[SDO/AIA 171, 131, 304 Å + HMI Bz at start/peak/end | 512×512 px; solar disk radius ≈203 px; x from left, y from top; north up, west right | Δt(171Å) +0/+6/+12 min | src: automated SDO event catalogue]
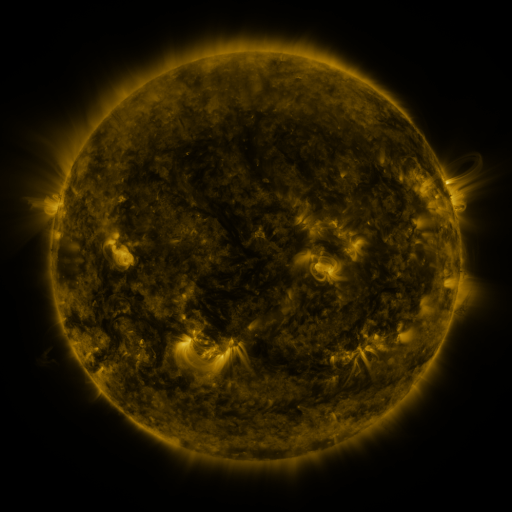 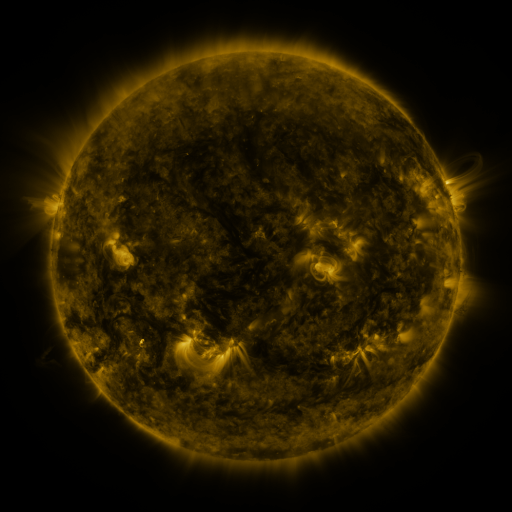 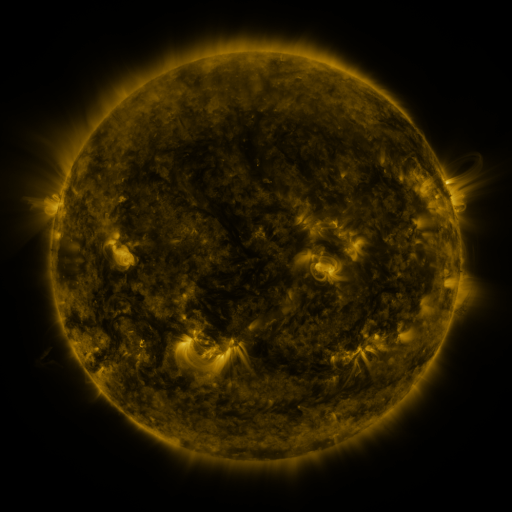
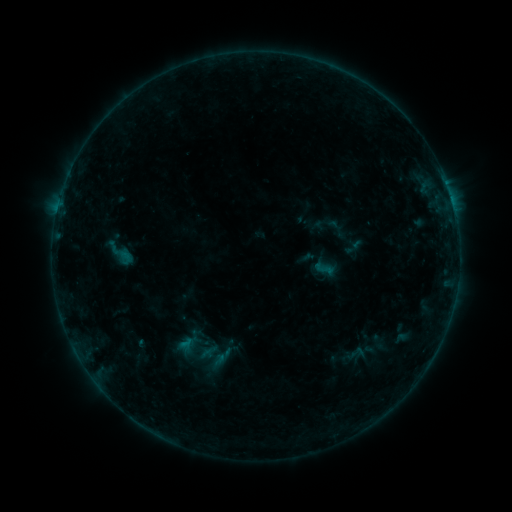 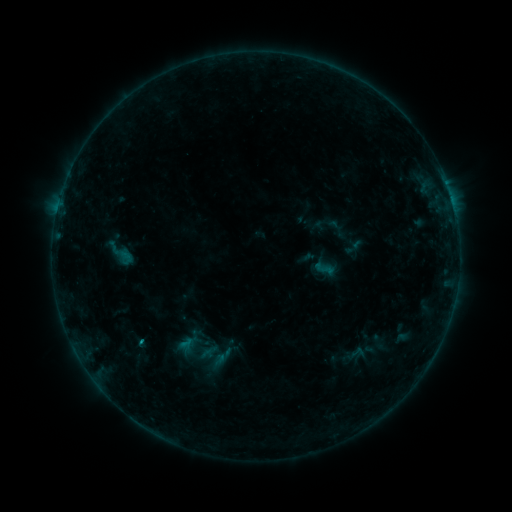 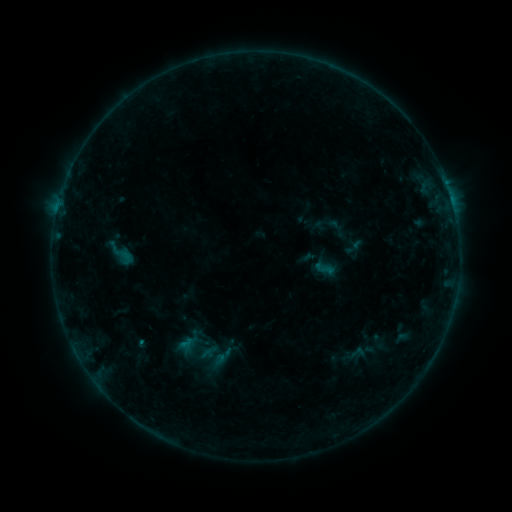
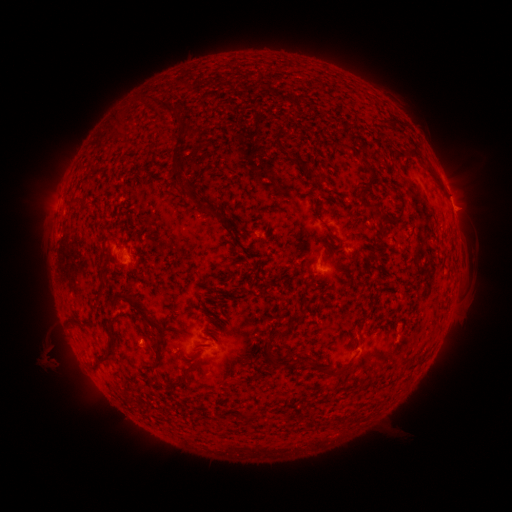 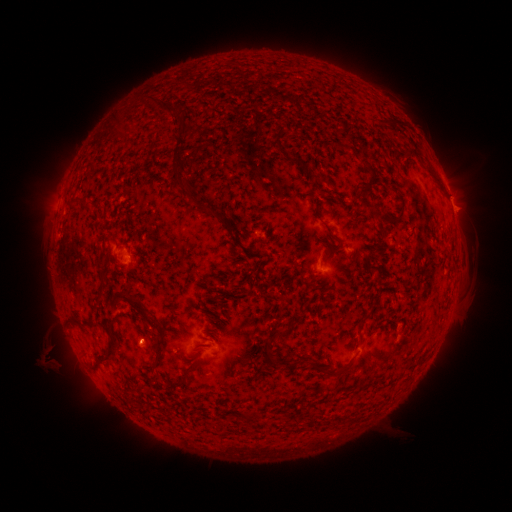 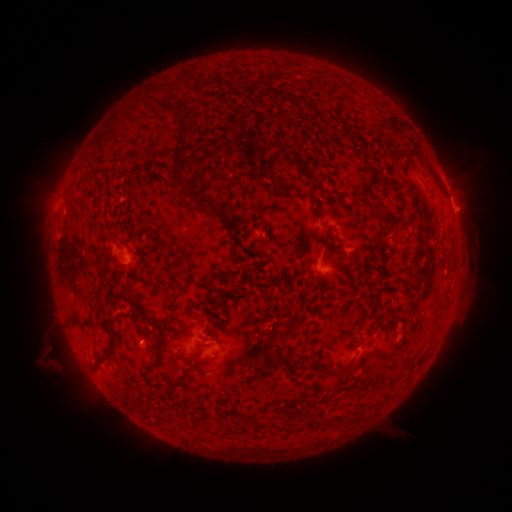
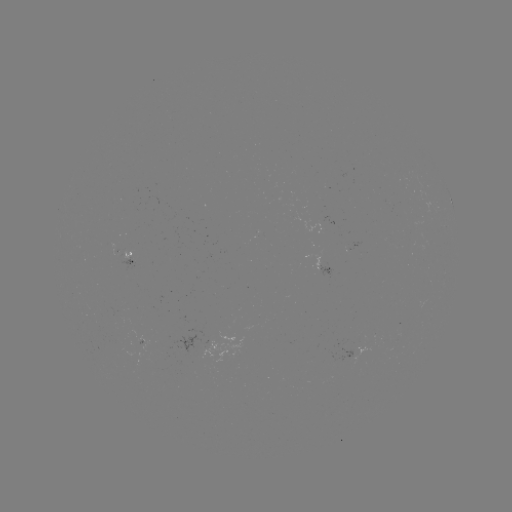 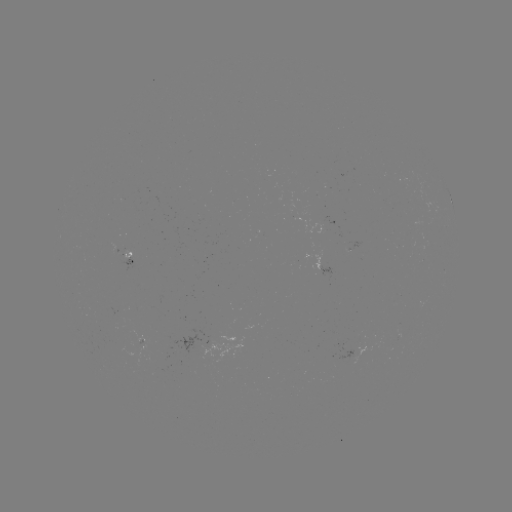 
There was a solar flare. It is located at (142, 341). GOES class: B3.0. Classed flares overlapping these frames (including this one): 1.